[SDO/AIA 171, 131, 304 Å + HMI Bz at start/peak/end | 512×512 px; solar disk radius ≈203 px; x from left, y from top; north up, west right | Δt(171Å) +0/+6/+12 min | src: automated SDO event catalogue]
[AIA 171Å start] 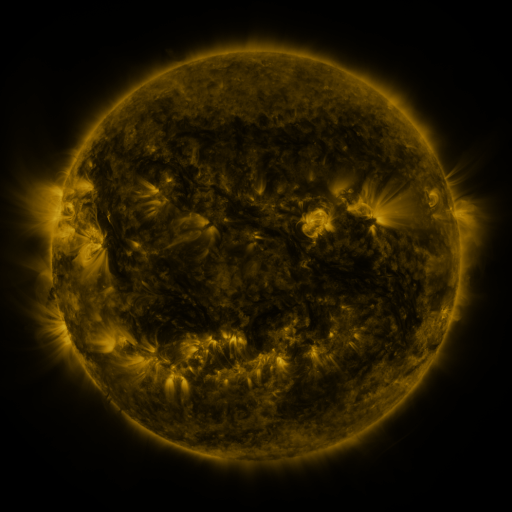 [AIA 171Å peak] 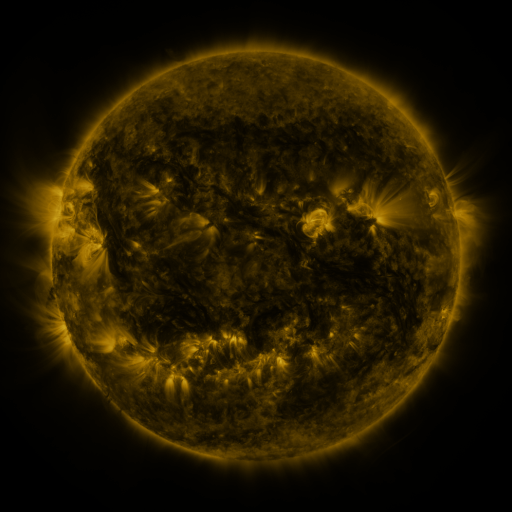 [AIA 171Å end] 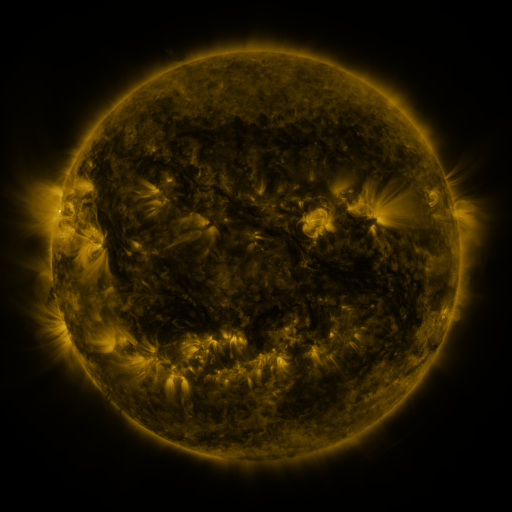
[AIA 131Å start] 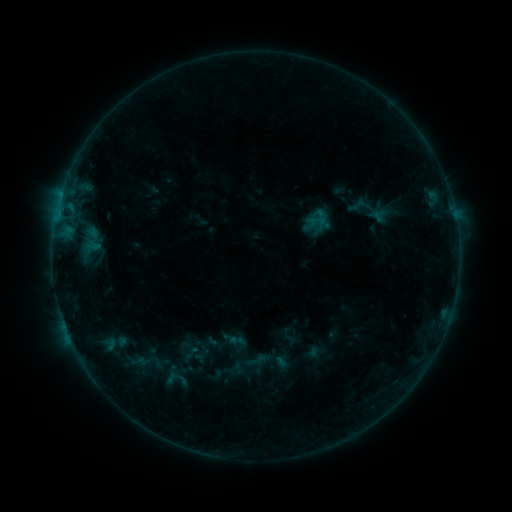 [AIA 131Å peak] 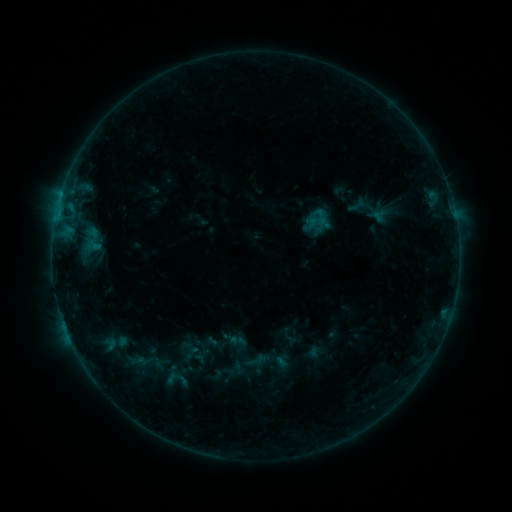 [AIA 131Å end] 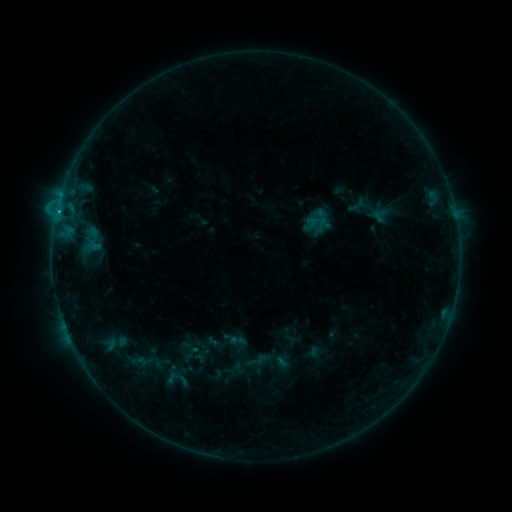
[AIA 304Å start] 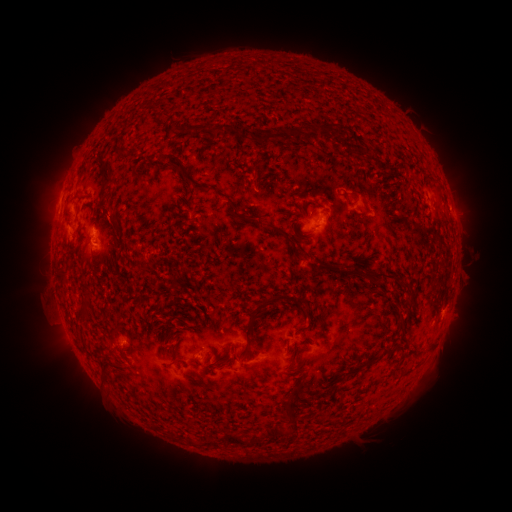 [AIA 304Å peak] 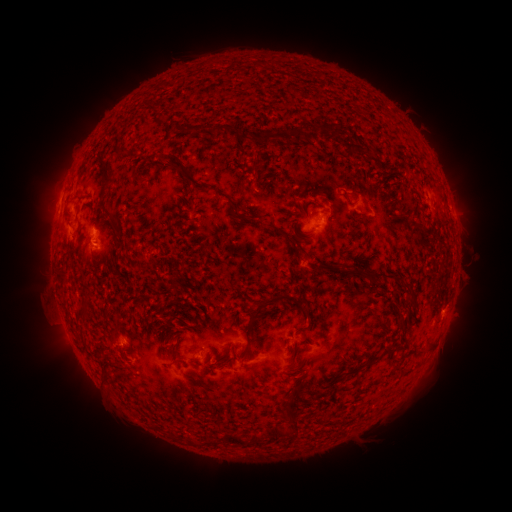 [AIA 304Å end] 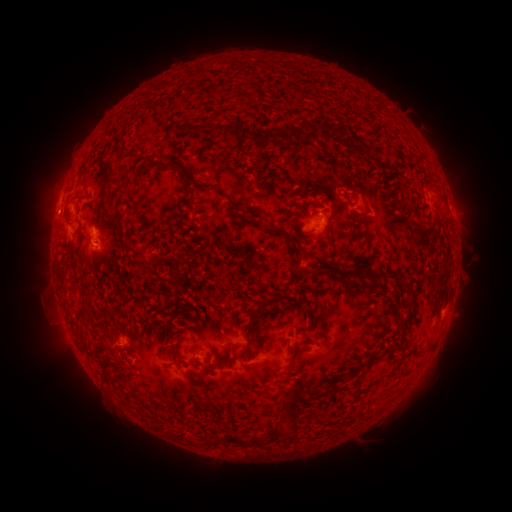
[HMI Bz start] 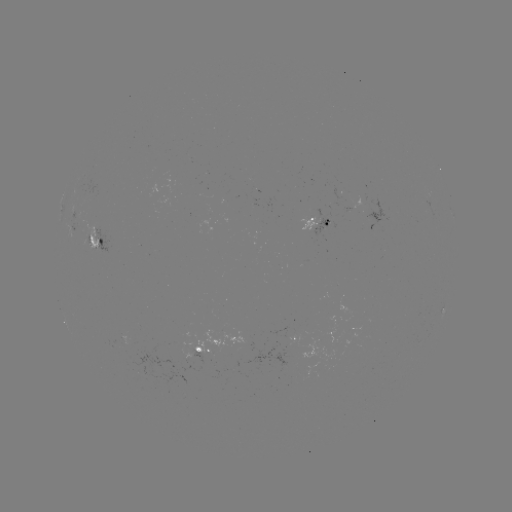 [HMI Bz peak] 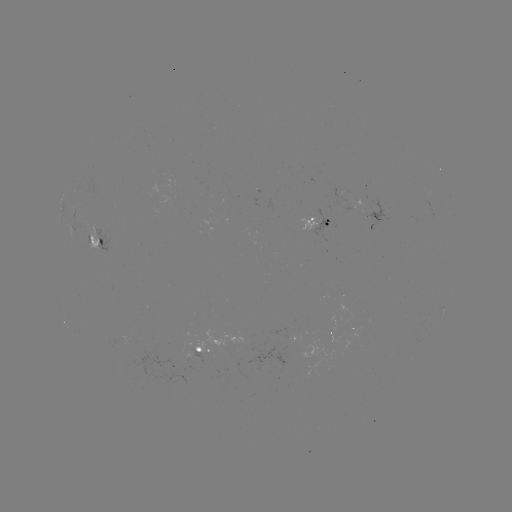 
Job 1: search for B9.8 flare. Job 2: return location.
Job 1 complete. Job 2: [57, 216].